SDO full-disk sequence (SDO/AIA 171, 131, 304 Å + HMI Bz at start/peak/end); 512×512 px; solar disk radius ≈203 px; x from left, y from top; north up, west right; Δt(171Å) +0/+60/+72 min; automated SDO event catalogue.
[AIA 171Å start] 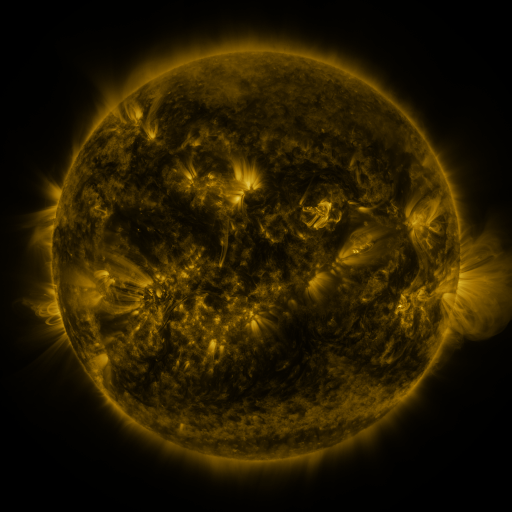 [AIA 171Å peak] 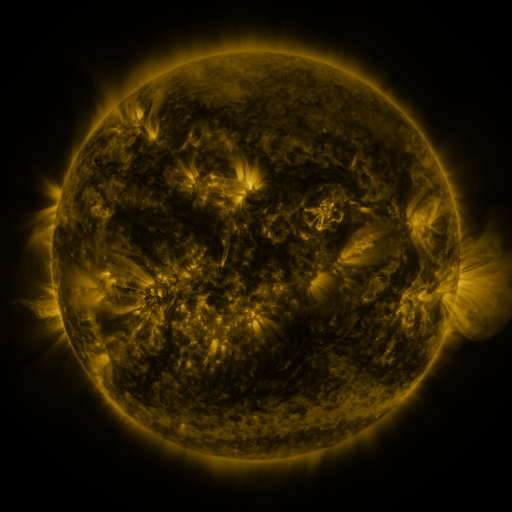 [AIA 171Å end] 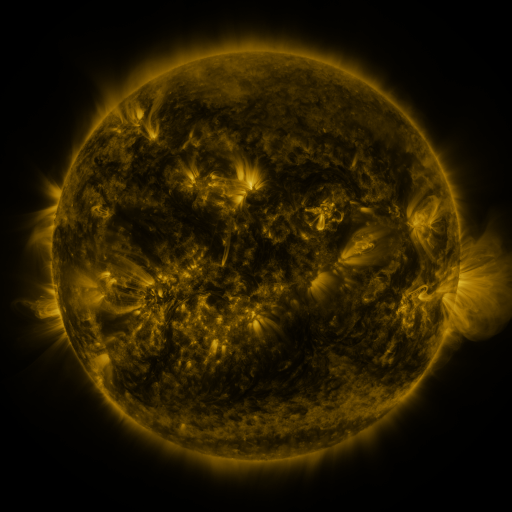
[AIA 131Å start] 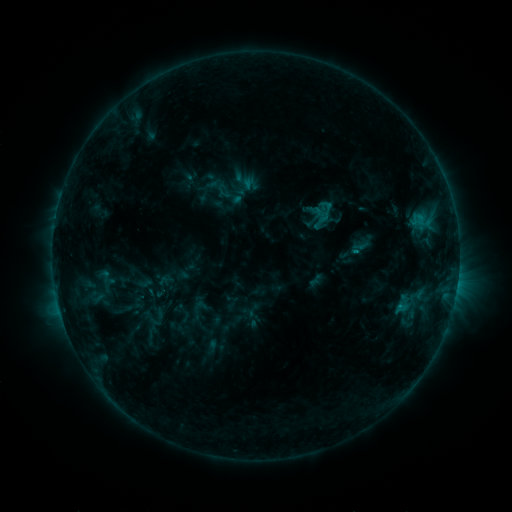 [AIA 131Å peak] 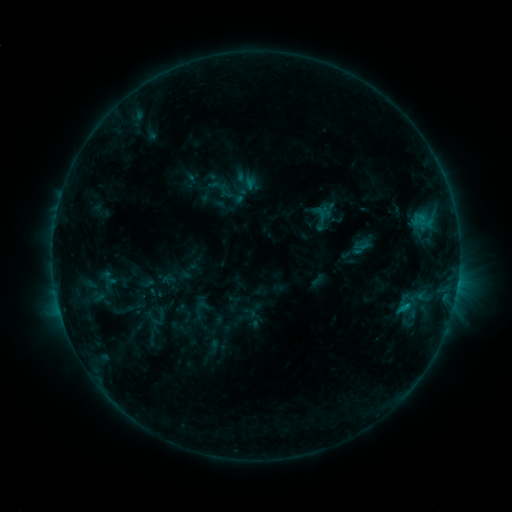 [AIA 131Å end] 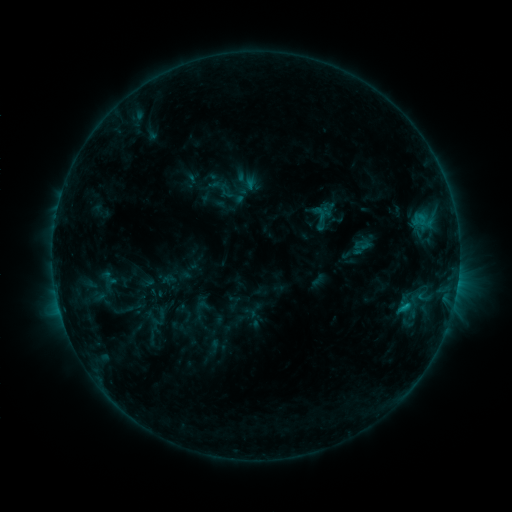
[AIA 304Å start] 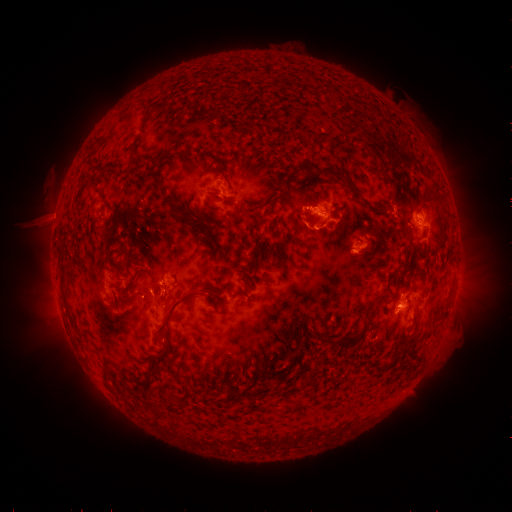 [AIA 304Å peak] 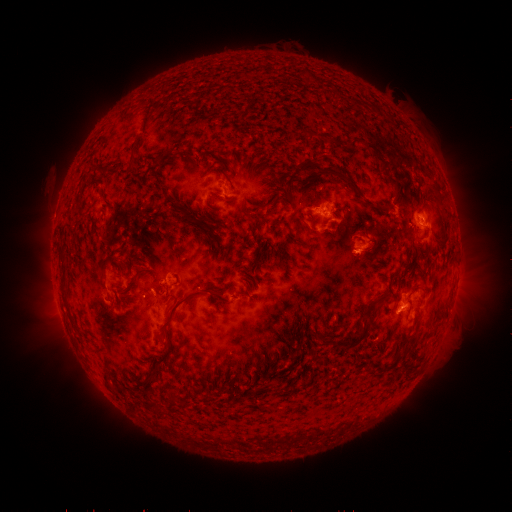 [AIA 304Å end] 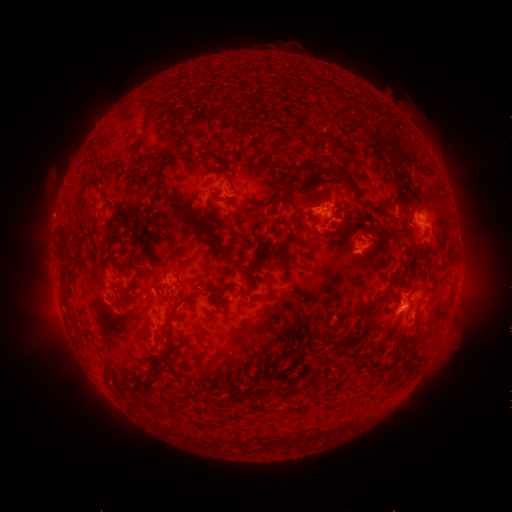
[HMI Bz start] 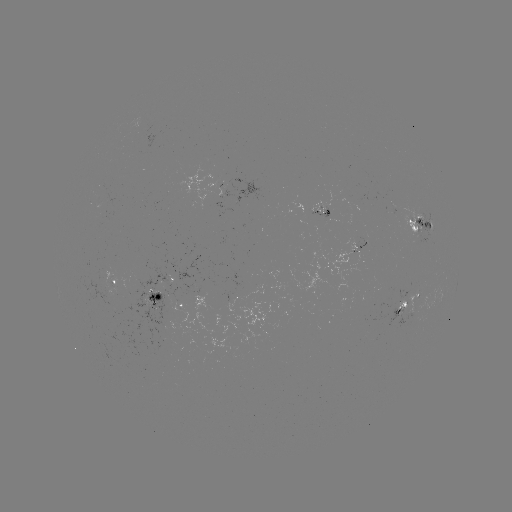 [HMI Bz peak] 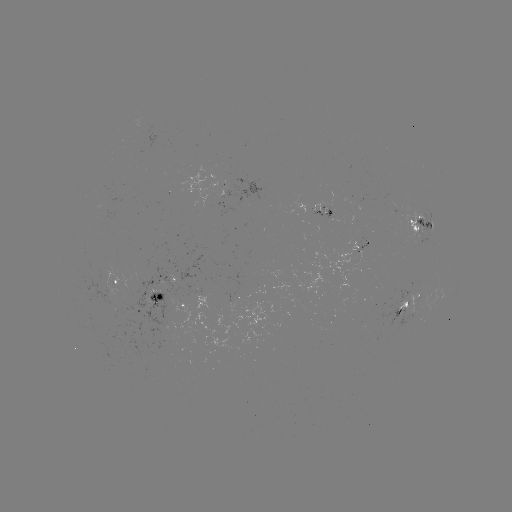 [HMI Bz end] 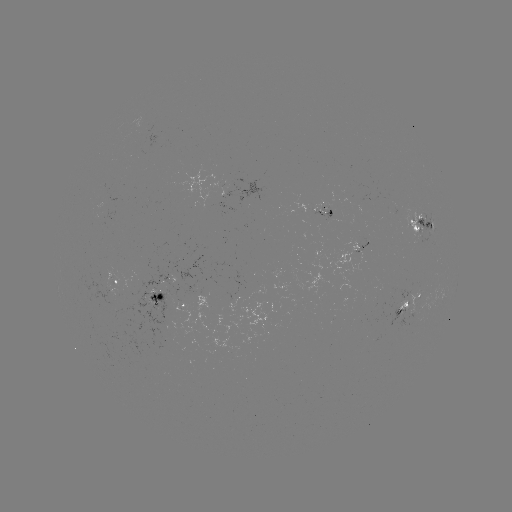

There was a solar emerging-flux region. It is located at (406, 305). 